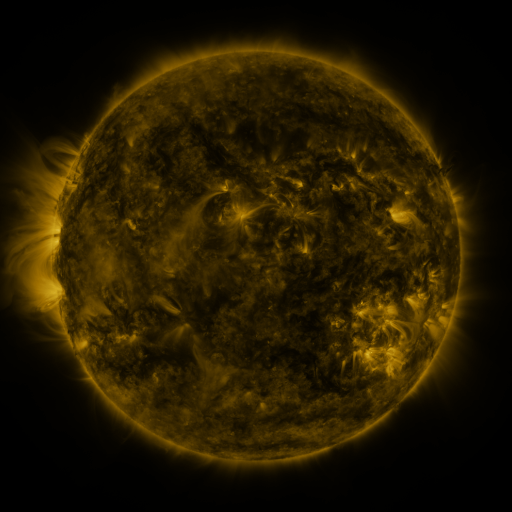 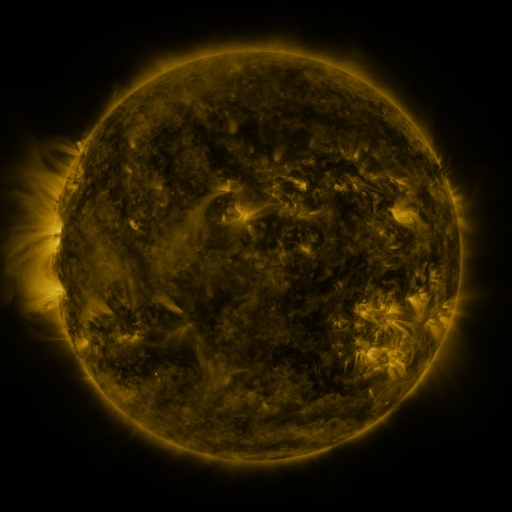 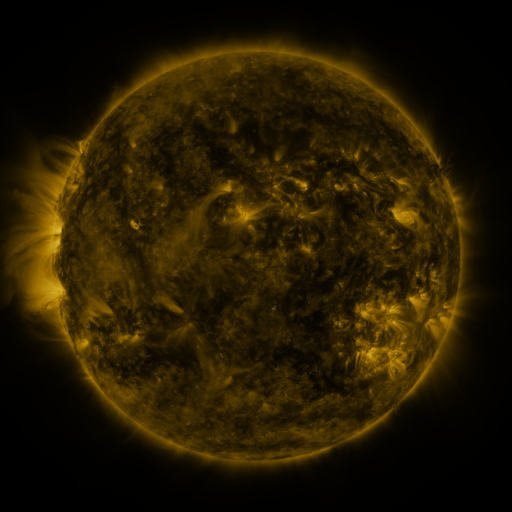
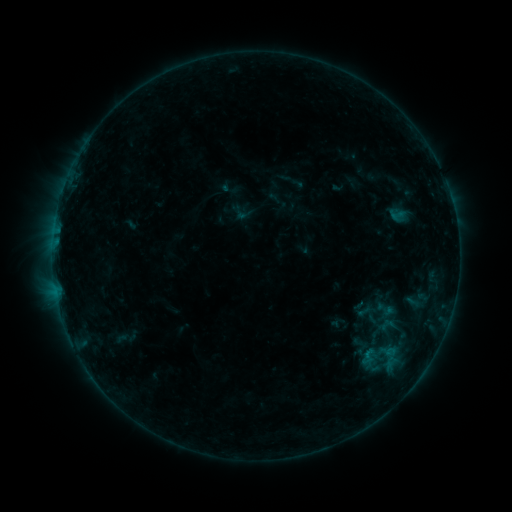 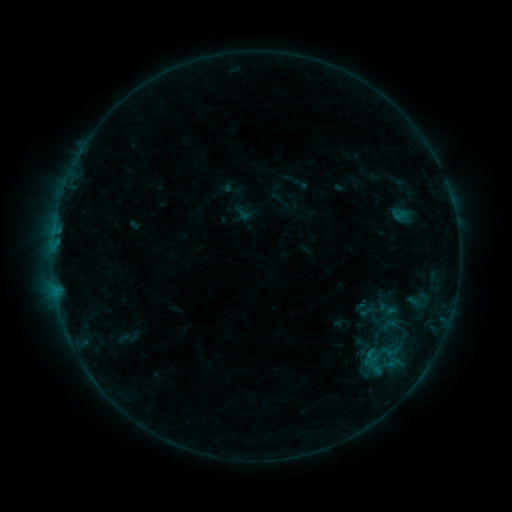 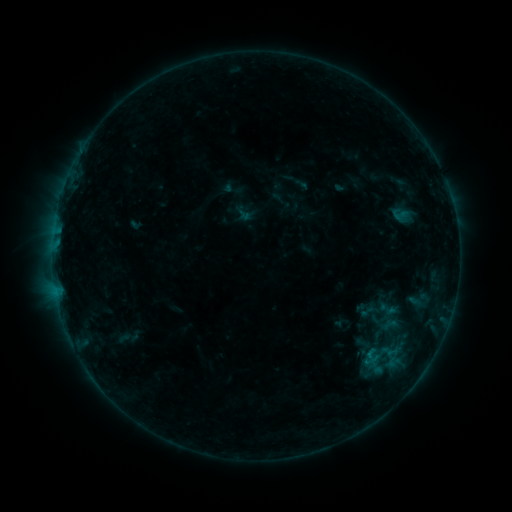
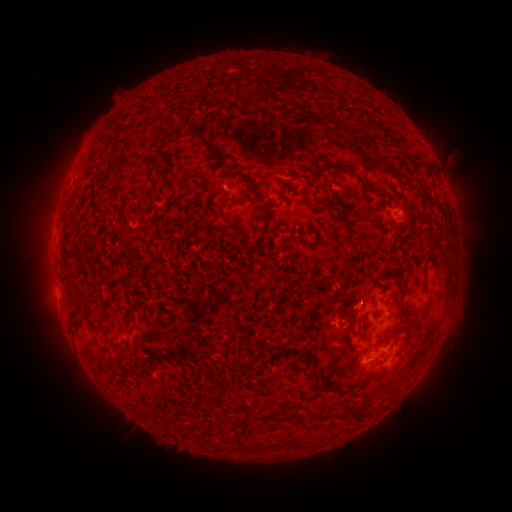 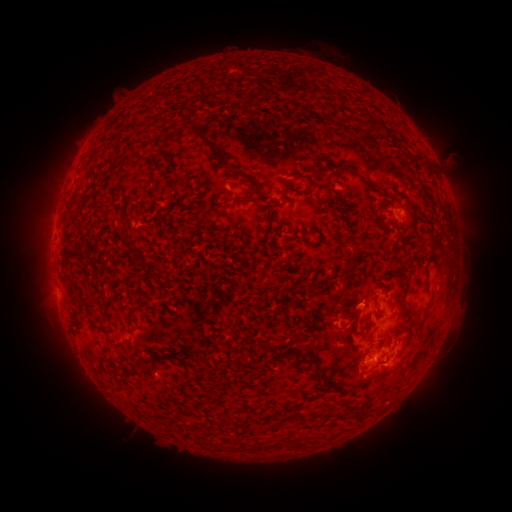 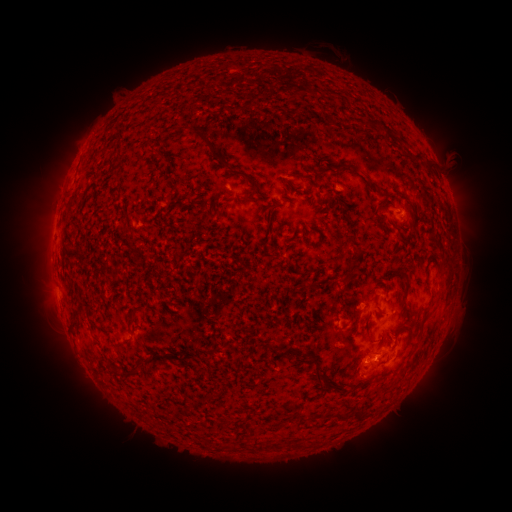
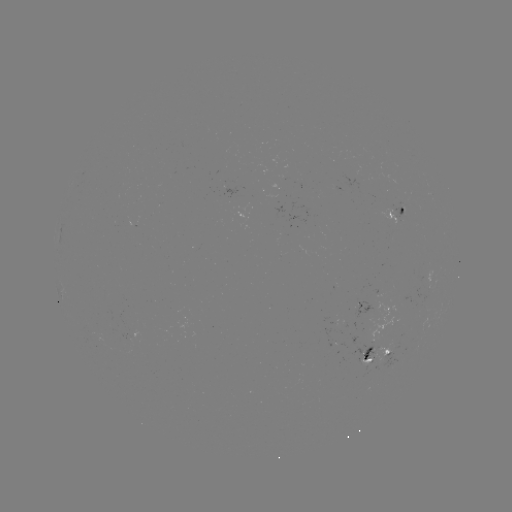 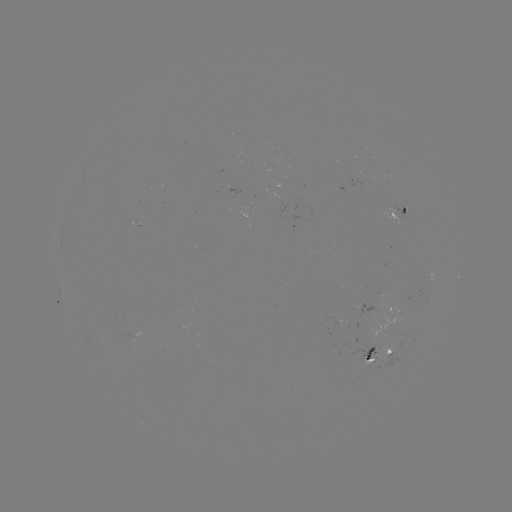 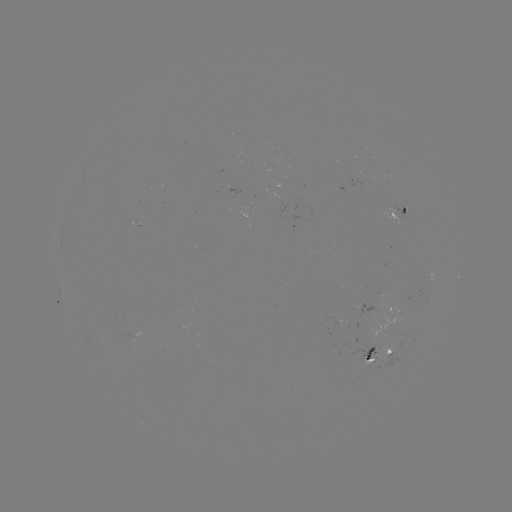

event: emerging-flux region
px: (371, 351)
